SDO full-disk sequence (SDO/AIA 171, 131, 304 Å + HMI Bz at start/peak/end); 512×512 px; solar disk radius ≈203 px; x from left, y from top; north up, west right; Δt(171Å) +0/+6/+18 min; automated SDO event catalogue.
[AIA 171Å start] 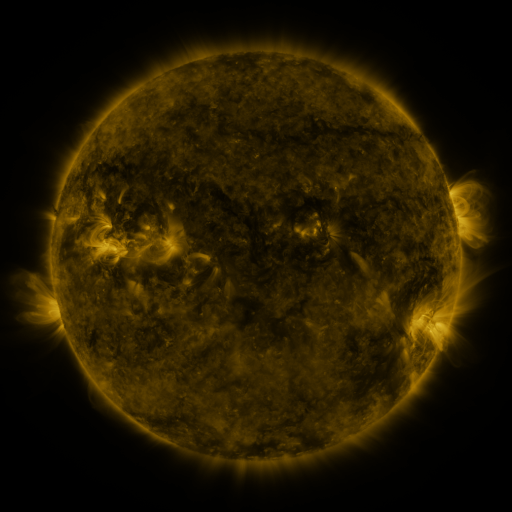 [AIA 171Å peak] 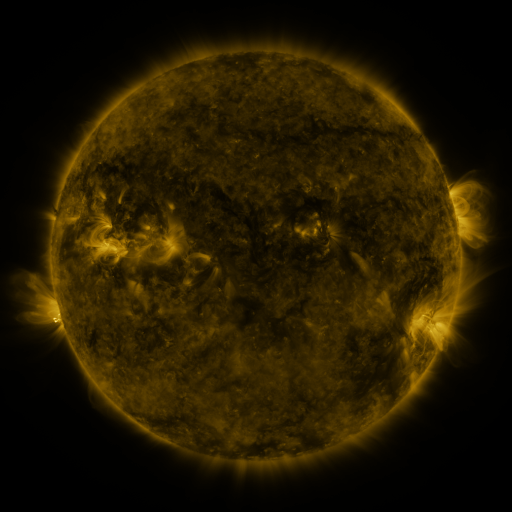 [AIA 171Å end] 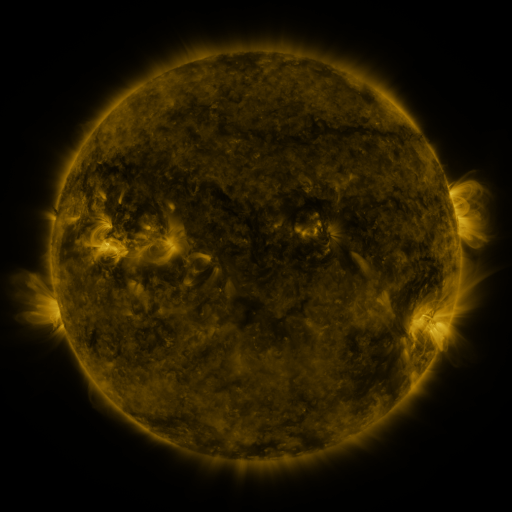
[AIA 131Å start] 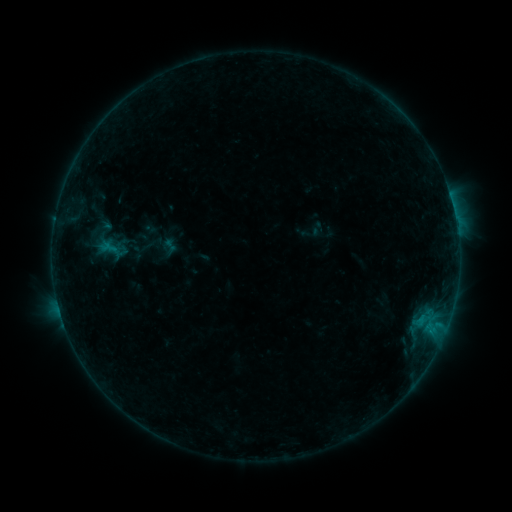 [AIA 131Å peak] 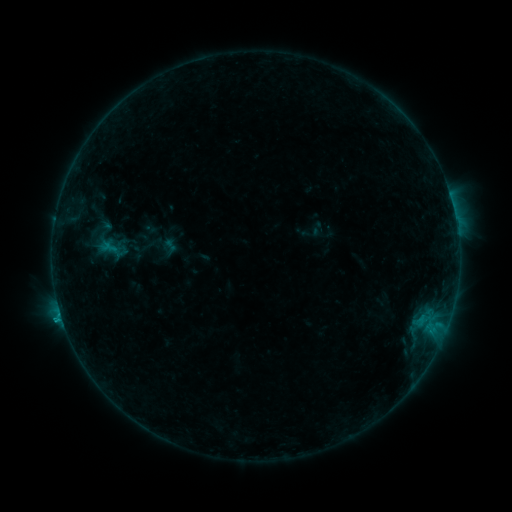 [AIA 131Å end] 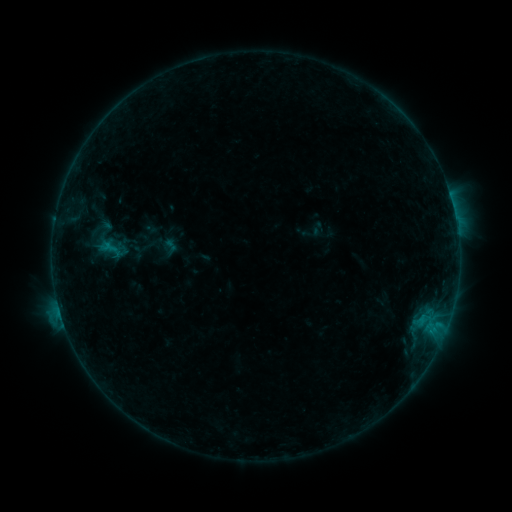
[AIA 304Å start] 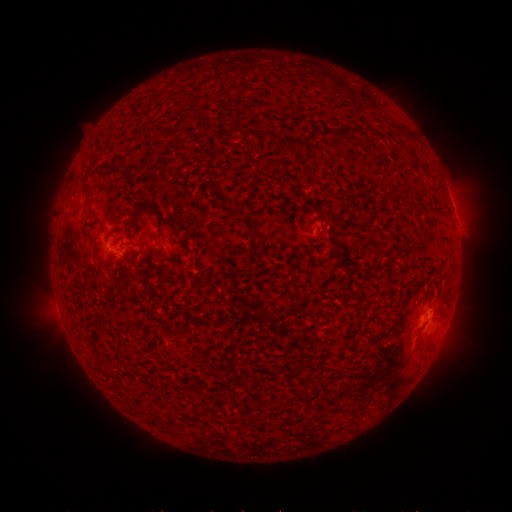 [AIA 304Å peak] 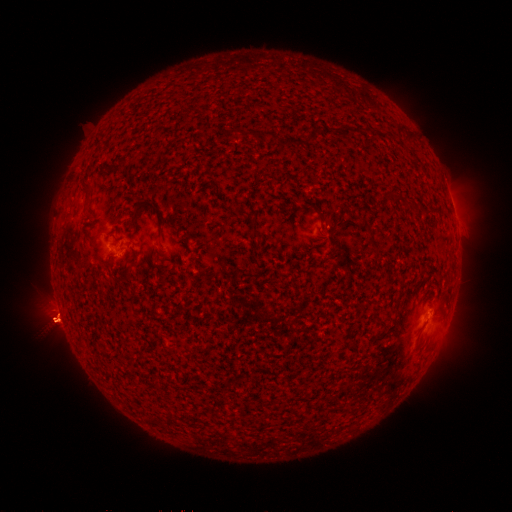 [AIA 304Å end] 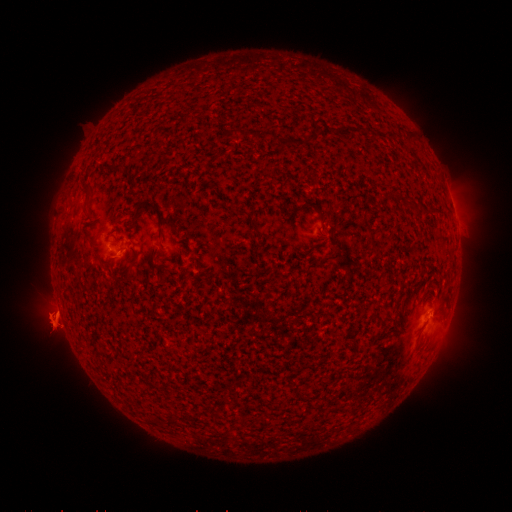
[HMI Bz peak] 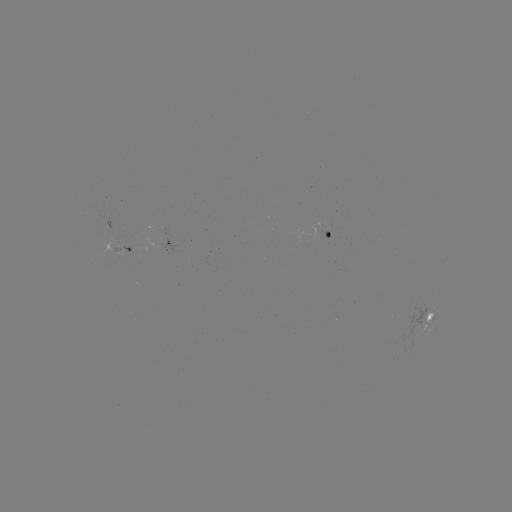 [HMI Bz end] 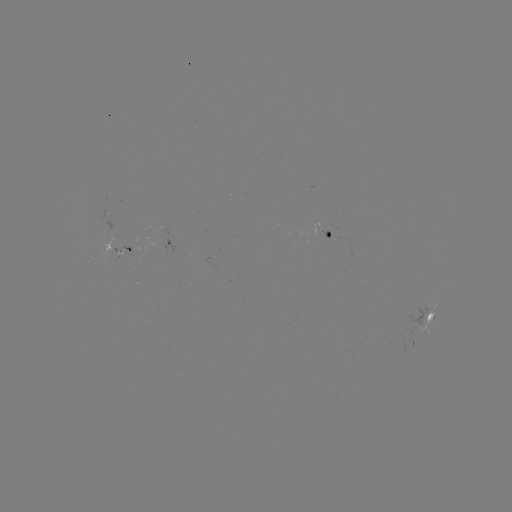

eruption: <bbox>20, 263, 91, 358</bbox>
